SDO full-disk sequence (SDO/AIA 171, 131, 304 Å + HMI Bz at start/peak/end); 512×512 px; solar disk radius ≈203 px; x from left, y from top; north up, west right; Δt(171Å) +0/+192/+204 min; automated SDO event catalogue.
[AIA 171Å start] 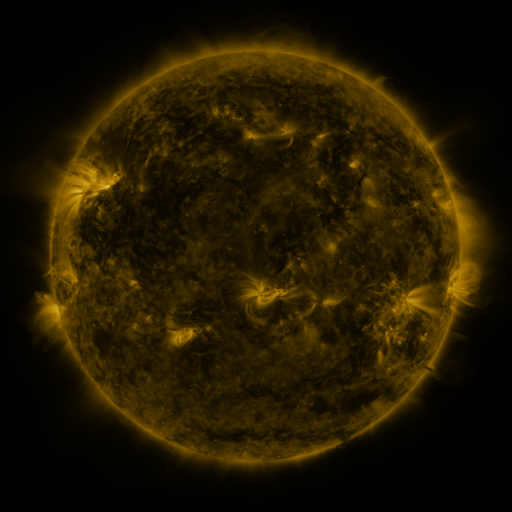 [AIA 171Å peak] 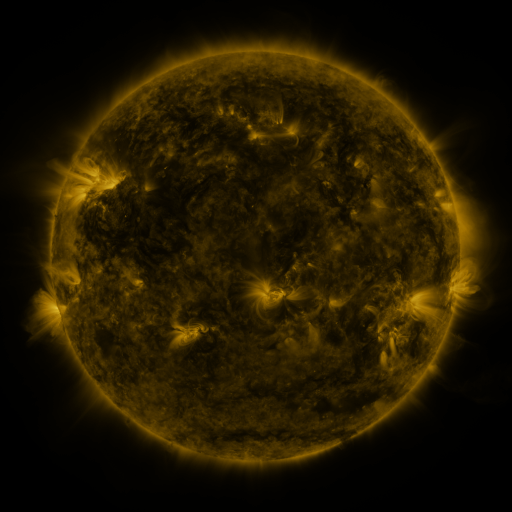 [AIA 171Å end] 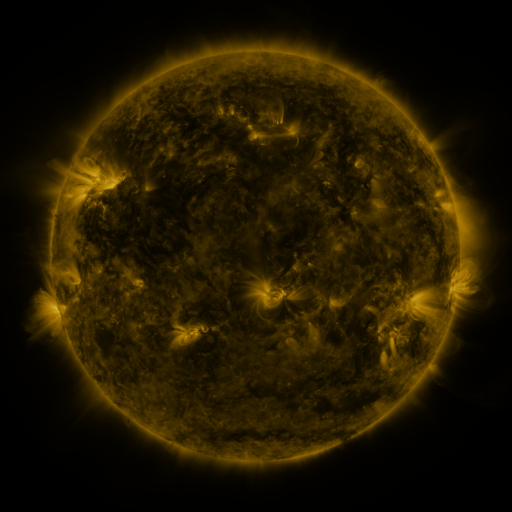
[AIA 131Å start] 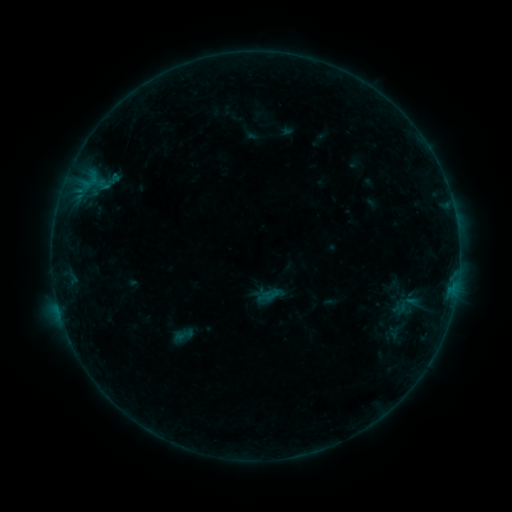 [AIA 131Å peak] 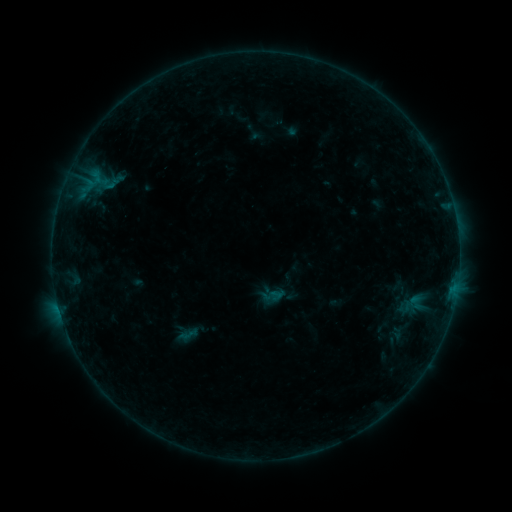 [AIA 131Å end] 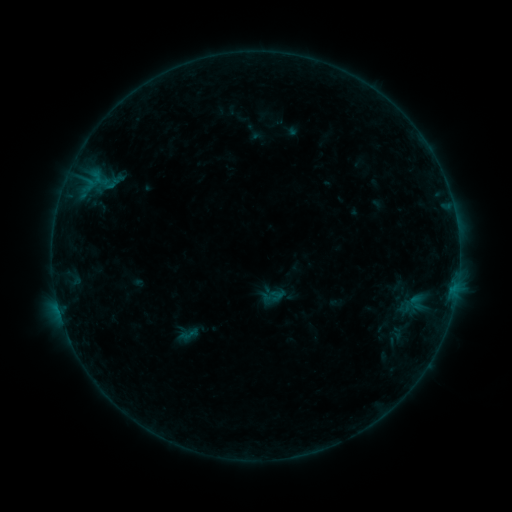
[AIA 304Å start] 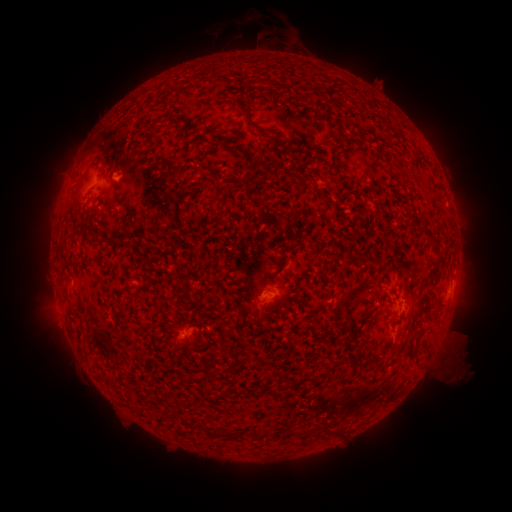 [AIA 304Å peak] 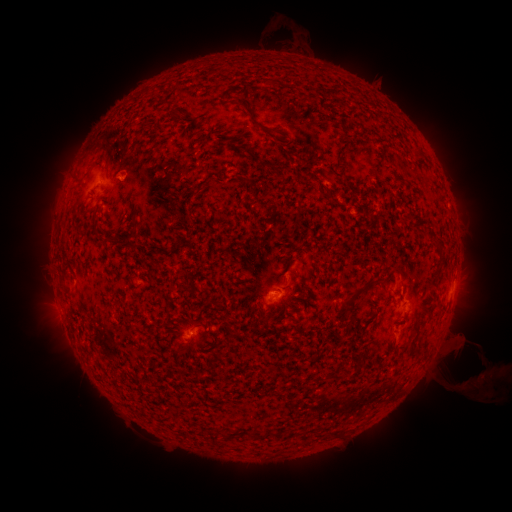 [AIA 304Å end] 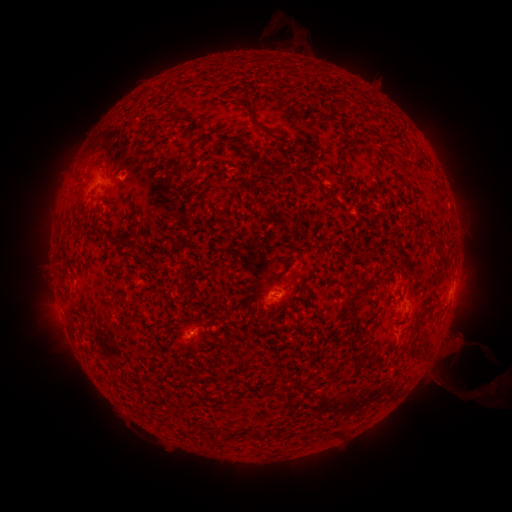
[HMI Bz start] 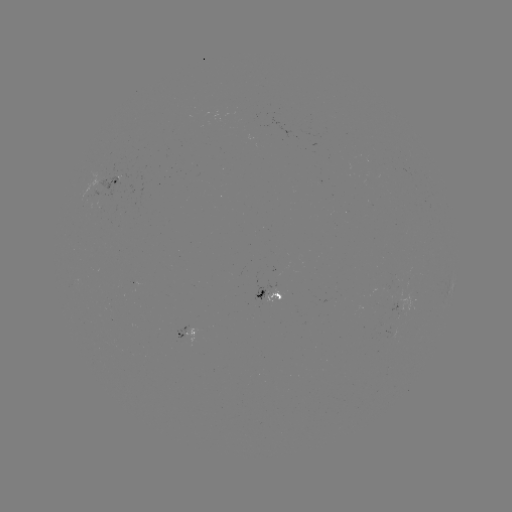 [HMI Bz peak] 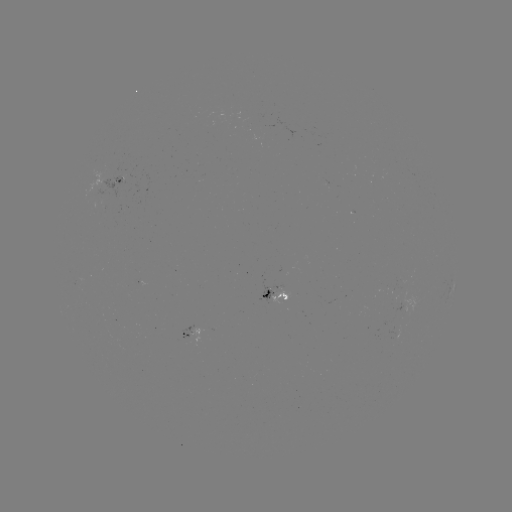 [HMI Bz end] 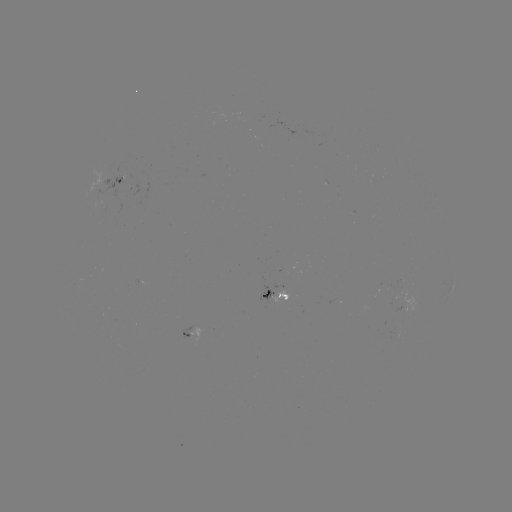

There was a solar emerging-flux region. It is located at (183, 334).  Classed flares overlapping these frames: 1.